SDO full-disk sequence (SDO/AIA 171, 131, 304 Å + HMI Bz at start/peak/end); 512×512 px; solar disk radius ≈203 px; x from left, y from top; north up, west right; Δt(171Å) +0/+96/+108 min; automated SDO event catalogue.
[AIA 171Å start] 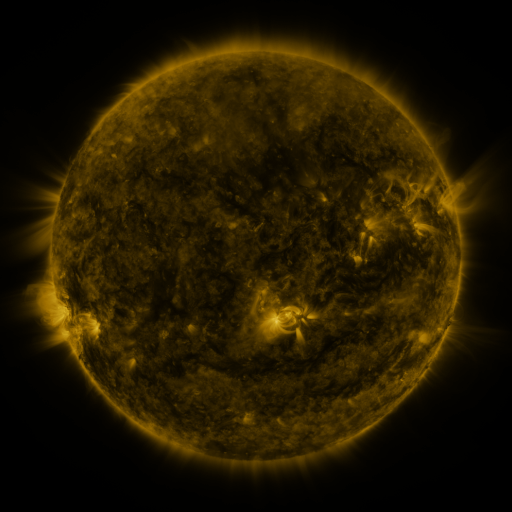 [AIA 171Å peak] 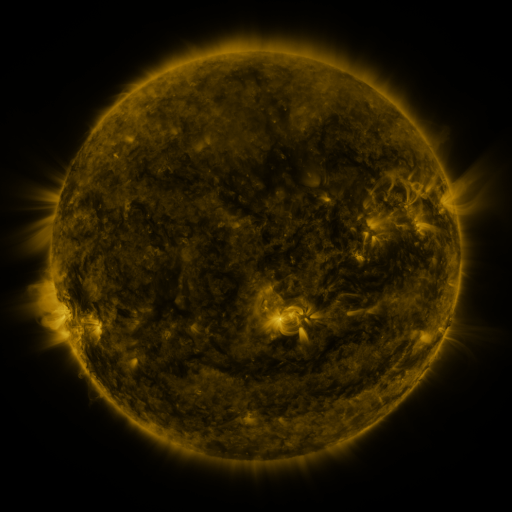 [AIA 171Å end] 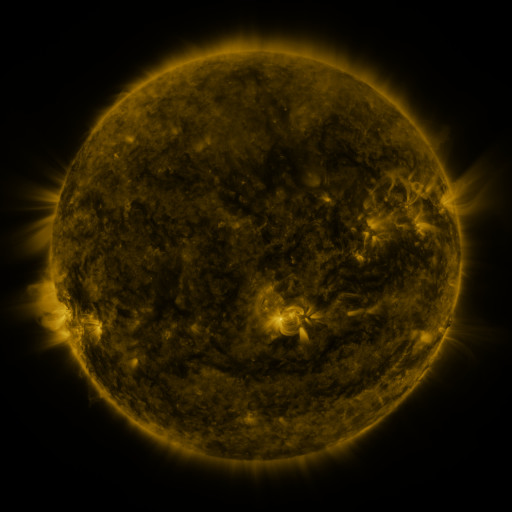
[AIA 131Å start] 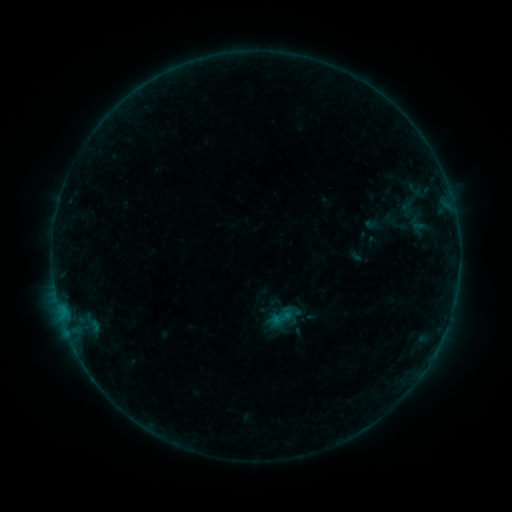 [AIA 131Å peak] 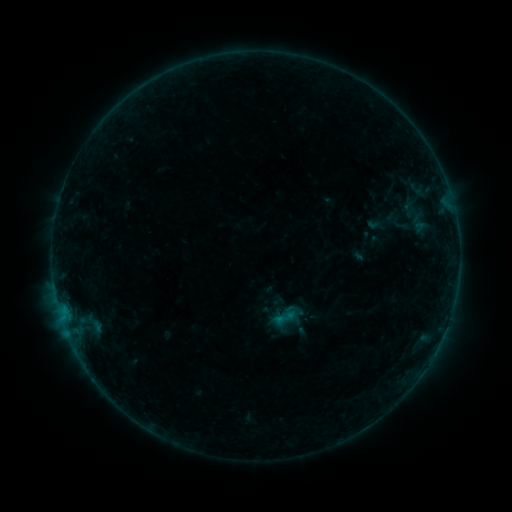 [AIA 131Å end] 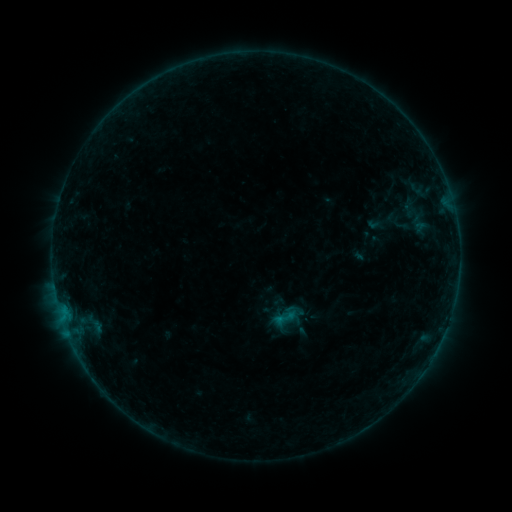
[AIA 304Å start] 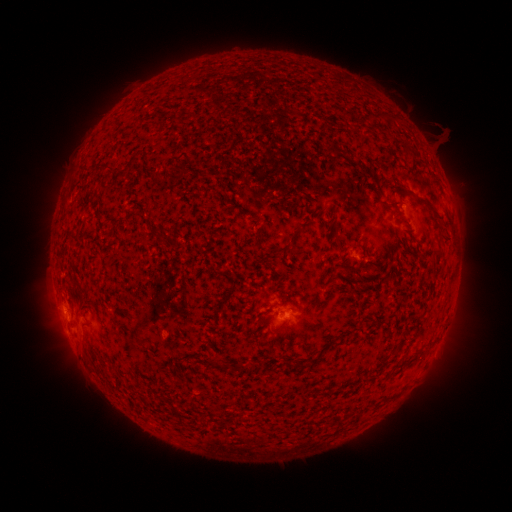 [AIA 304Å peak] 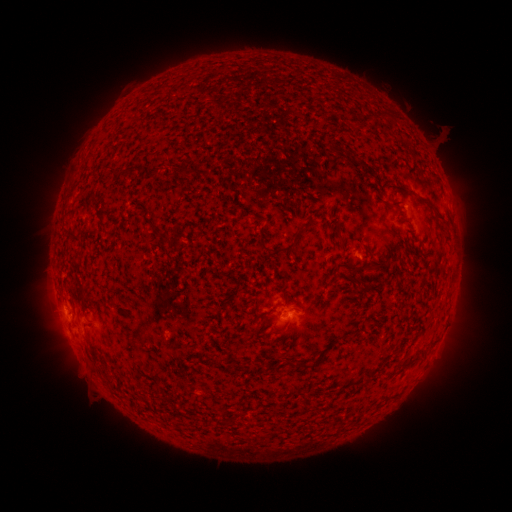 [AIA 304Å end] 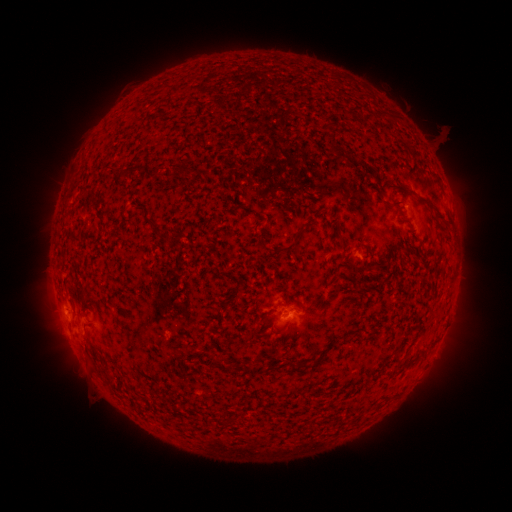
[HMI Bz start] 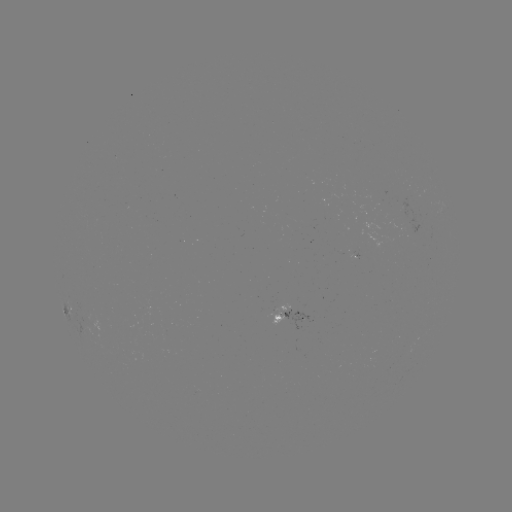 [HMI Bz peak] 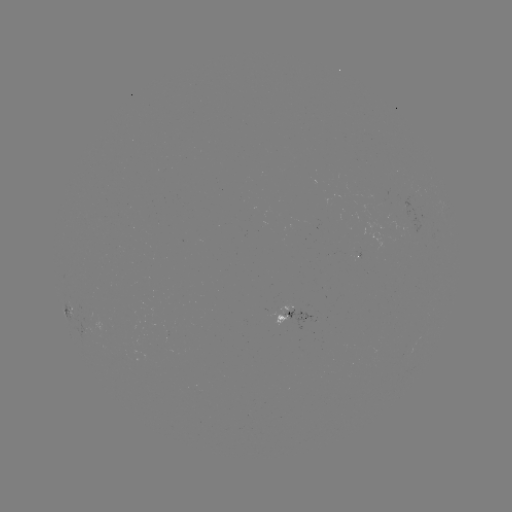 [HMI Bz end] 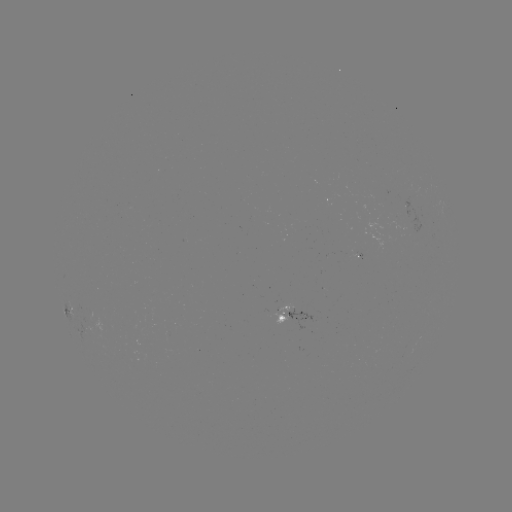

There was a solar emerging-flux region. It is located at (287, 319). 